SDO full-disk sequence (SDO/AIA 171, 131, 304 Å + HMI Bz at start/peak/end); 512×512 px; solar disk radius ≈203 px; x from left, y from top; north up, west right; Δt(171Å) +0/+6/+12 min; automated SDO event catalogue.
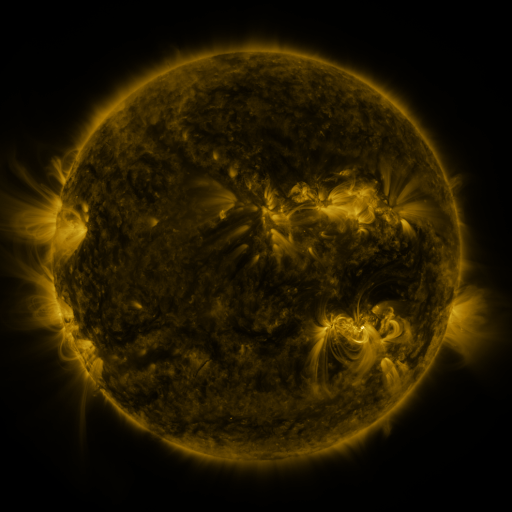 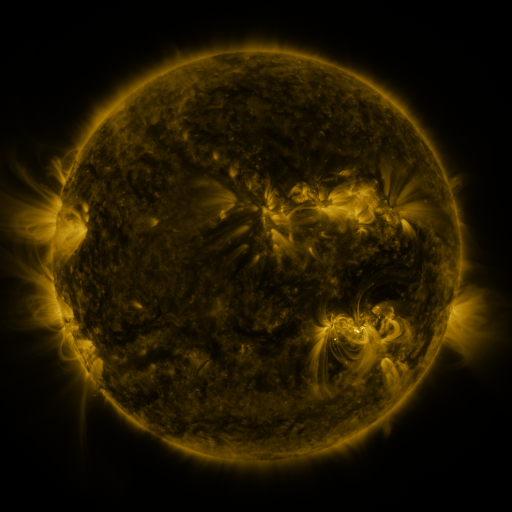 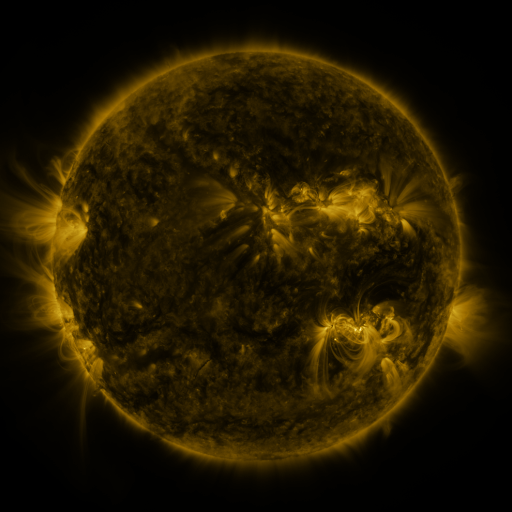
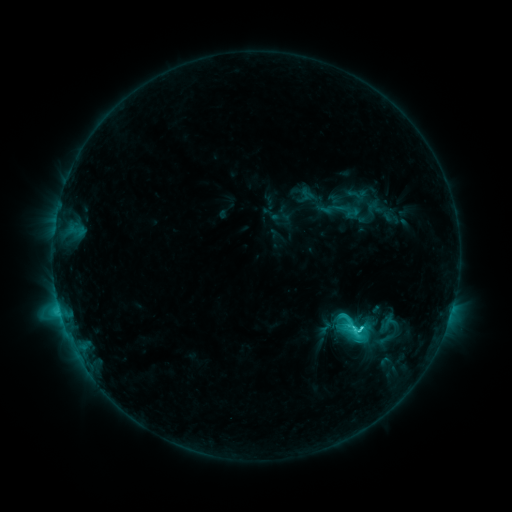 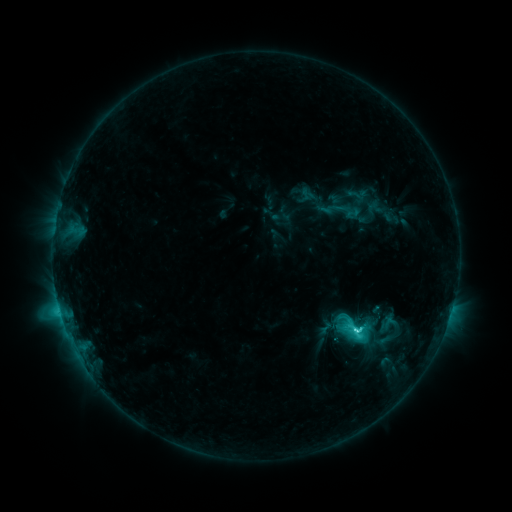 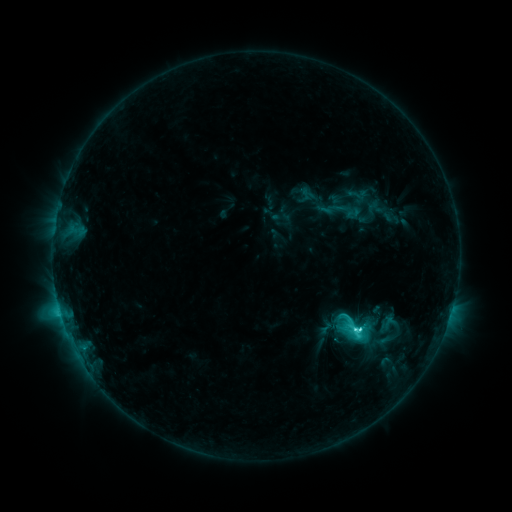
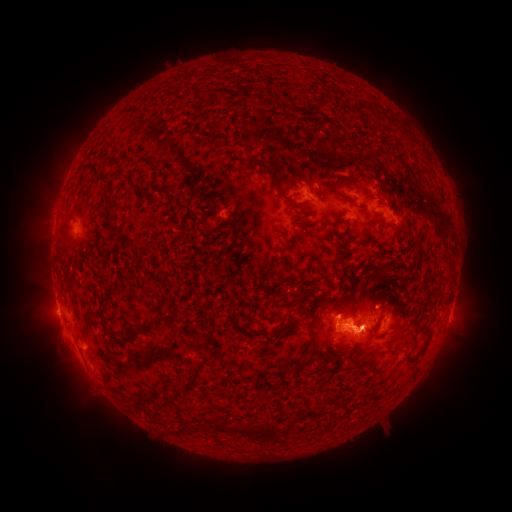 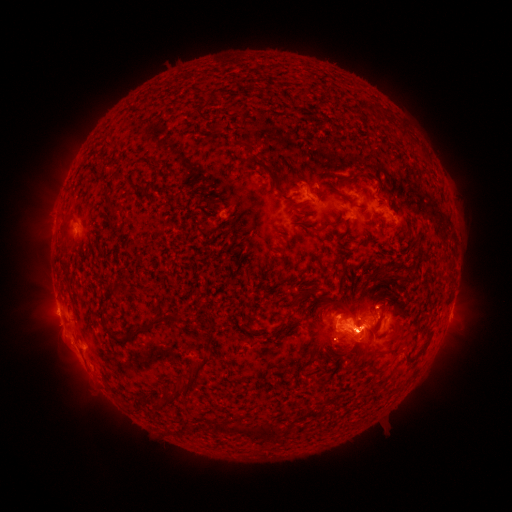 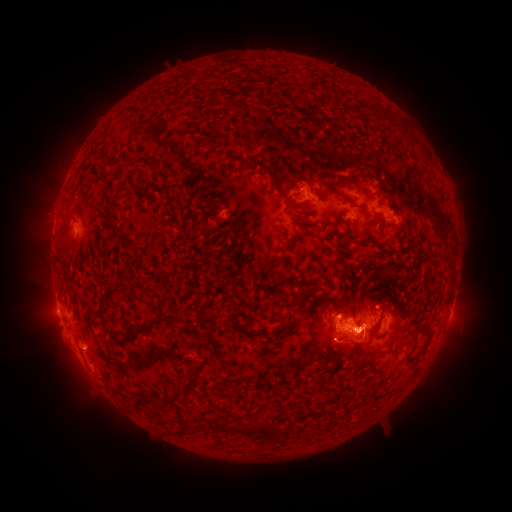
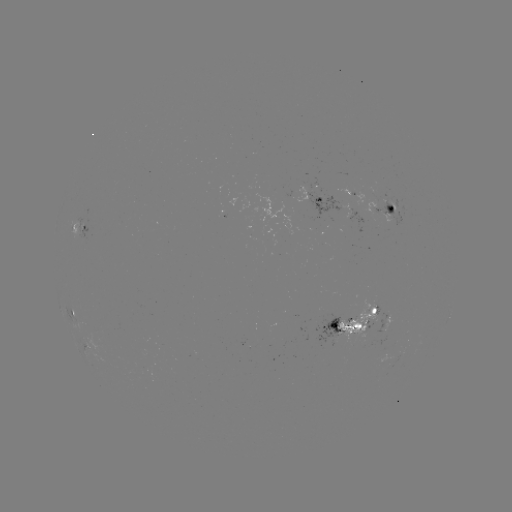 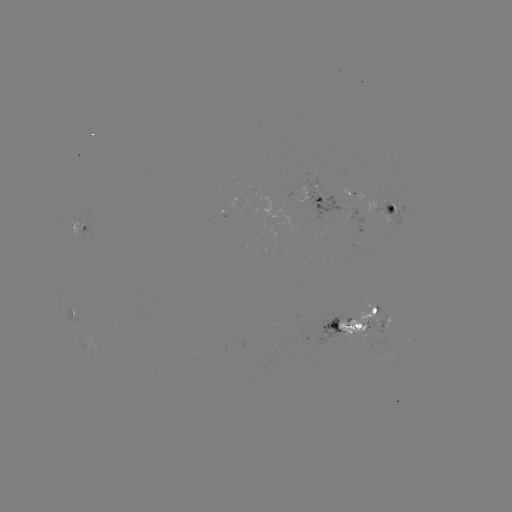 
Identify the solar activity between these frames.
eruption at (60, 326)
